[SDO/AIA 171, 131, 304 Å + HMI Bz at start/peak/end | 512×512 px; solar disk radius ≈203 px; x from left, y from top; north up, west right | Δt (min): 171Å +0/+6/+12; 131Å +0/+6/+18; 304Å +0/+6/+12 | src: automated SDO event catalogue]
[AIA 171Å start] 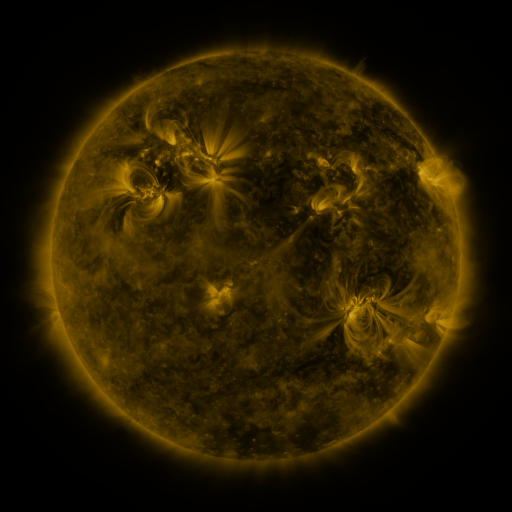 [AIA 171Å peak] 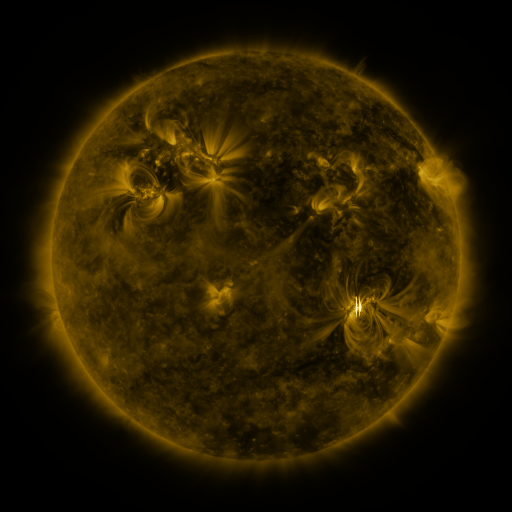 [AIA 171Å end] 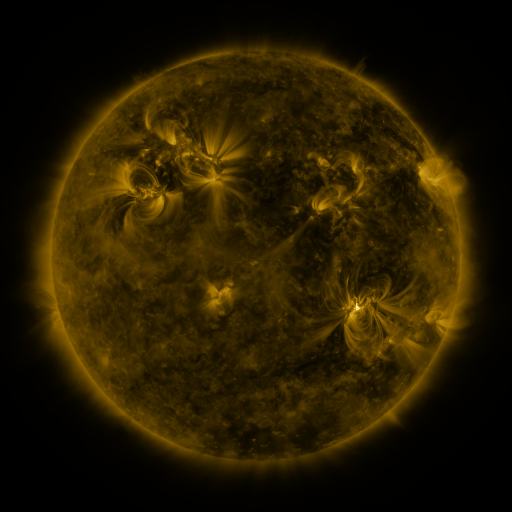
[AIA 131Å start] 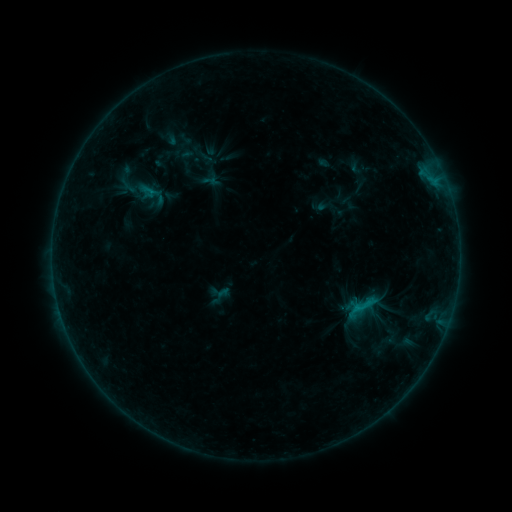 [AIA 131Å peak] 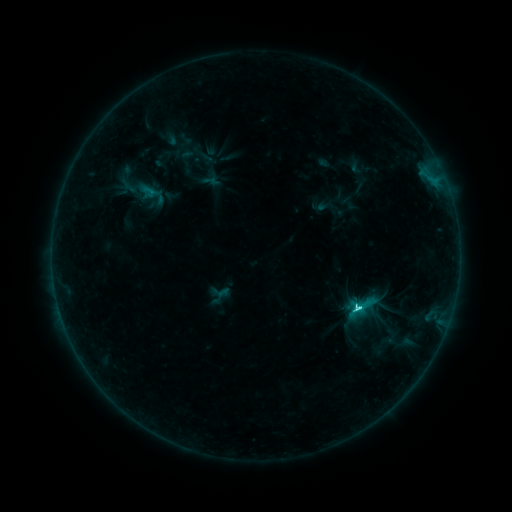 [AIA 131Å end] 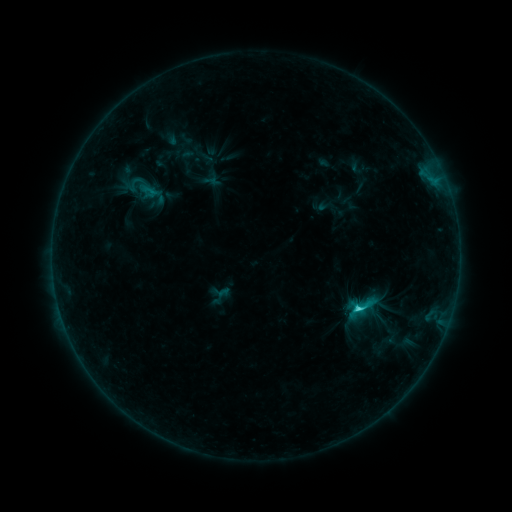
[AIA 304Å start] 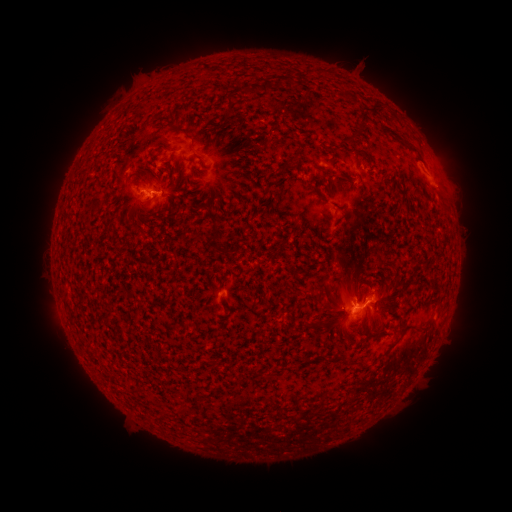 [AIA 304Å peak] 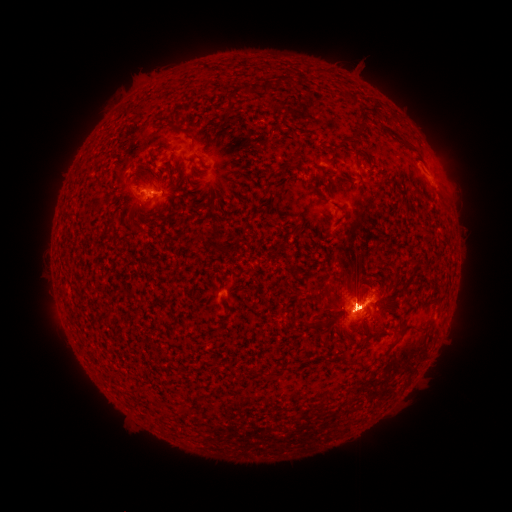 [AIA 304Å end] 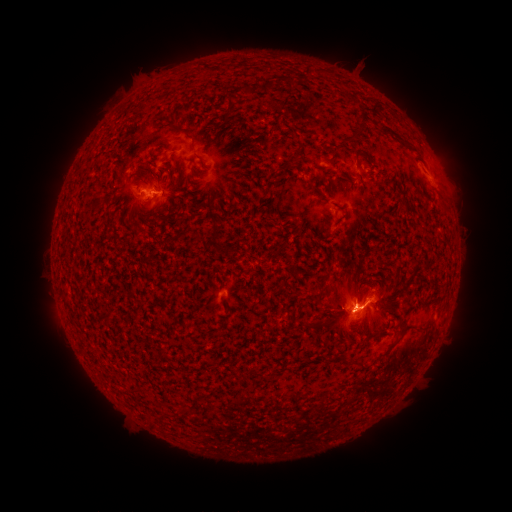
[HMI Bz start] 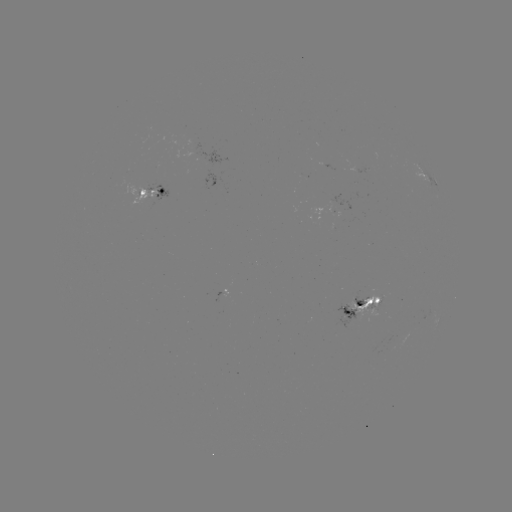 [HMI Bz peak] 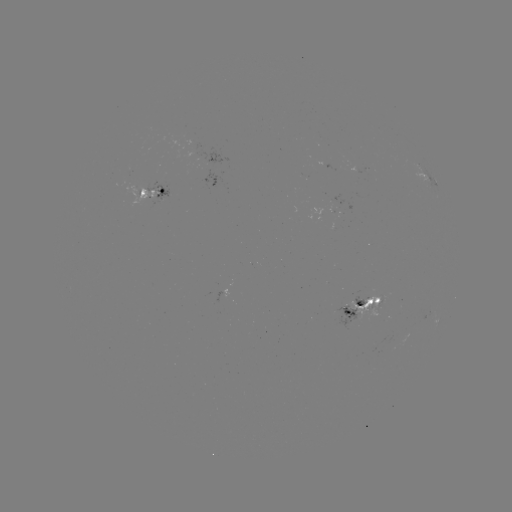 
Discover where C7.7 flare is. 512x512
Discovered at (357, 305).